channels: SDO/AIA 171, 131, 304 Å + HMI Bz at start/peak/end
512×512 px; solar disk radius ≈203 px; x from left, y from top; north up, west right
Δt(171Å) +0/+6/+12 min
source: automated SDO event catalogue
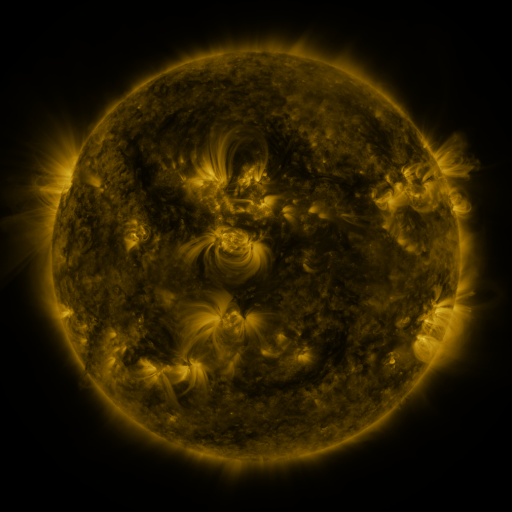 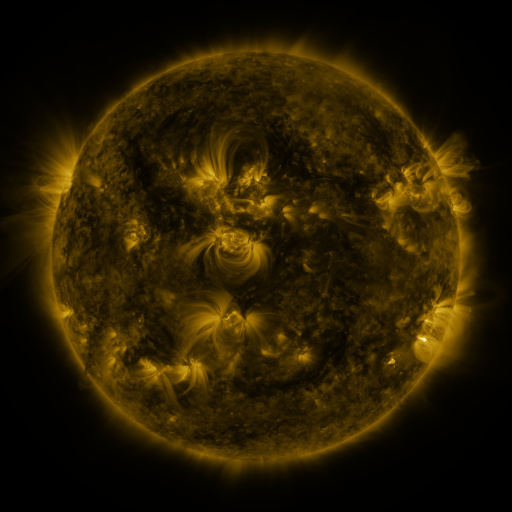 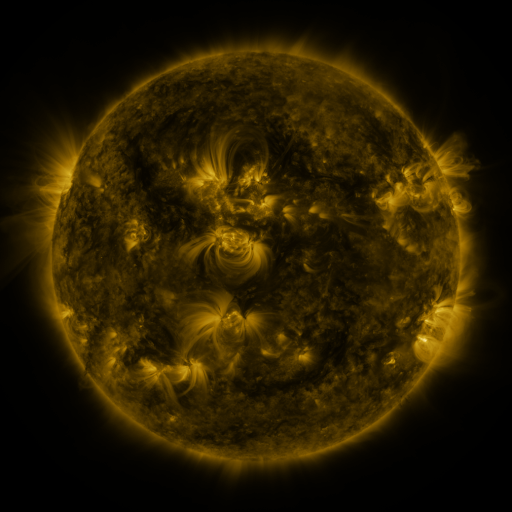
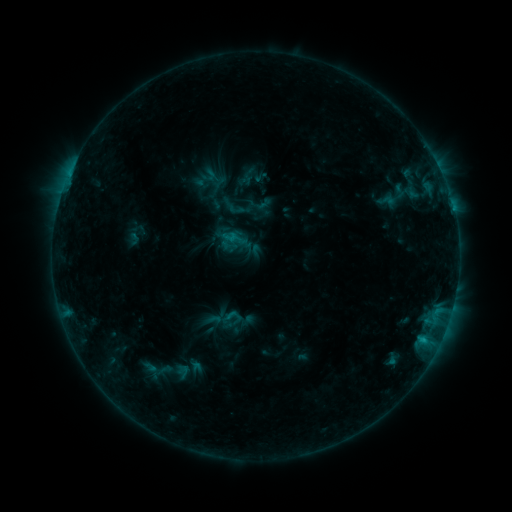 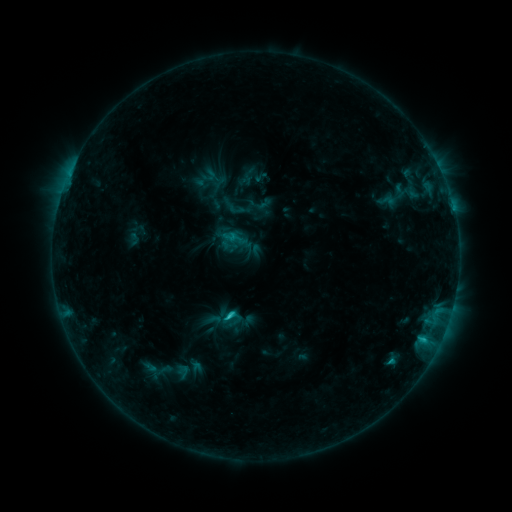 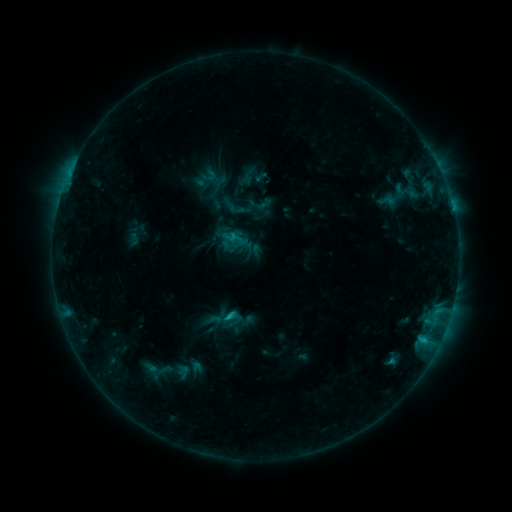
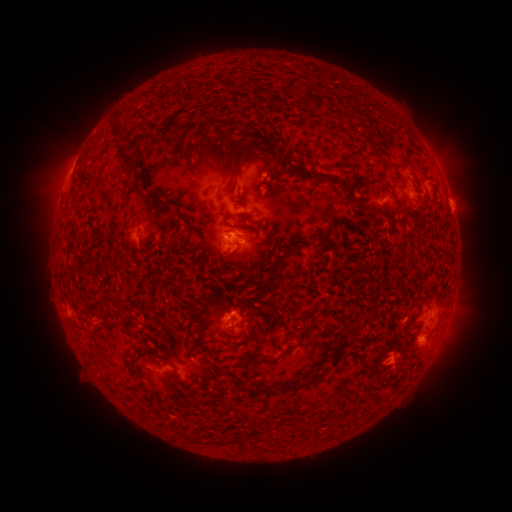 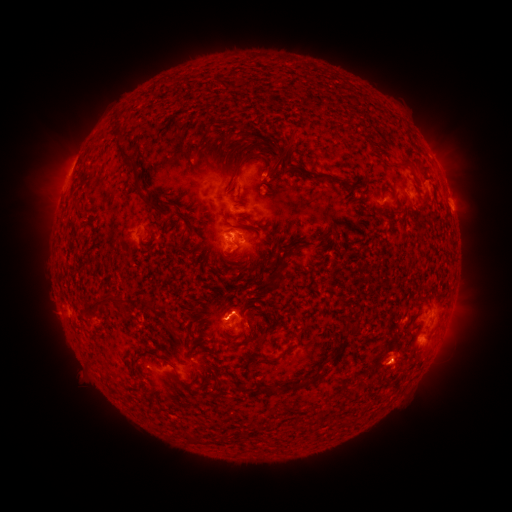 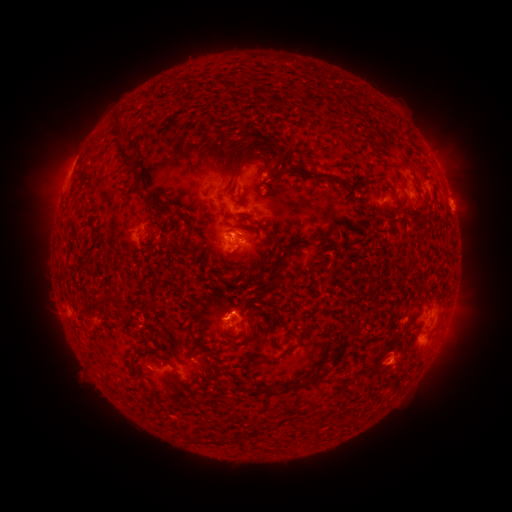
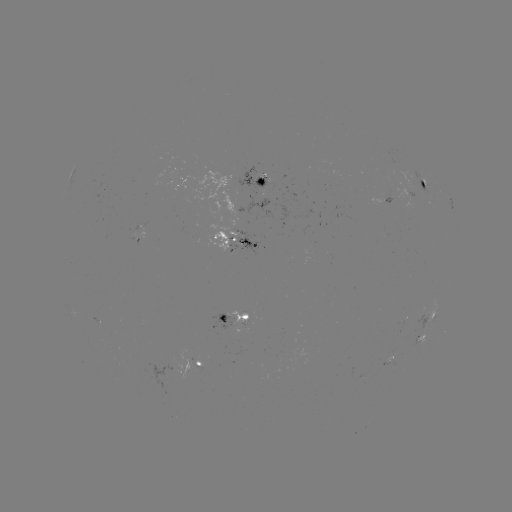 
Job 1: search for C1.5 flare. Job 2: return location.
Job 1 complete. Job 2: [231, 315].